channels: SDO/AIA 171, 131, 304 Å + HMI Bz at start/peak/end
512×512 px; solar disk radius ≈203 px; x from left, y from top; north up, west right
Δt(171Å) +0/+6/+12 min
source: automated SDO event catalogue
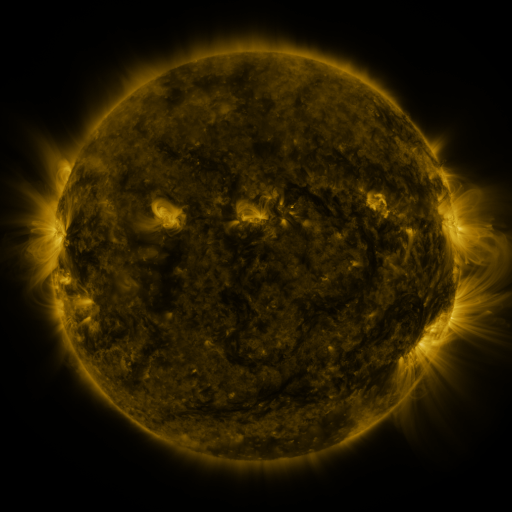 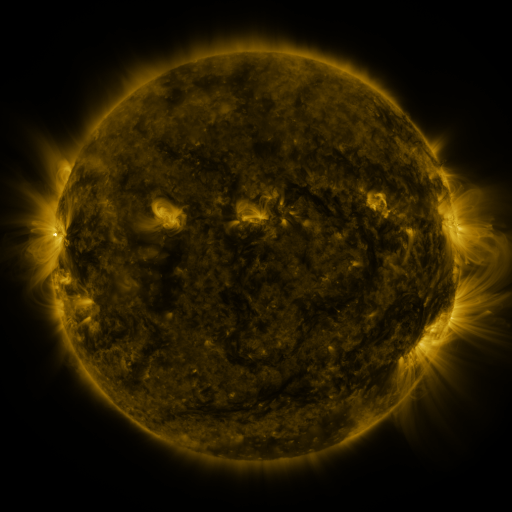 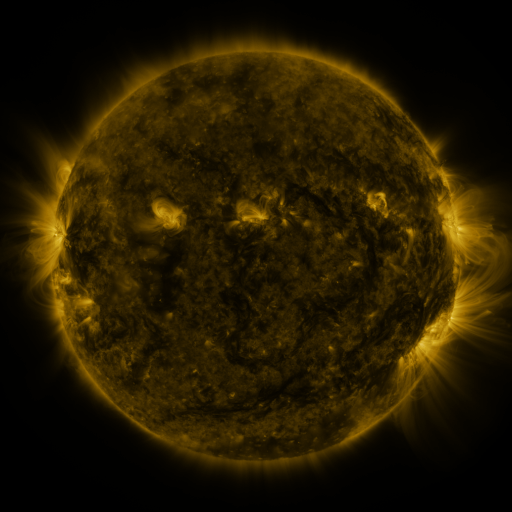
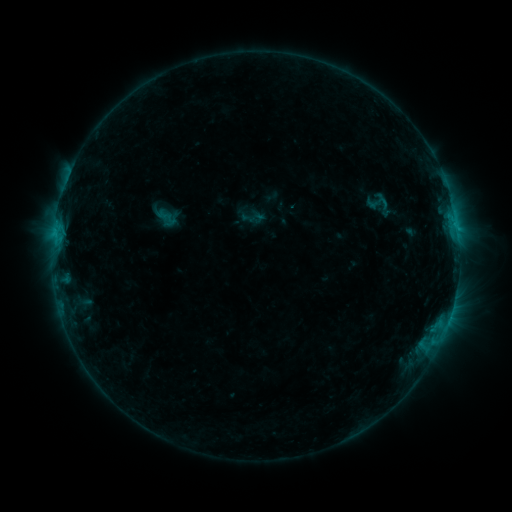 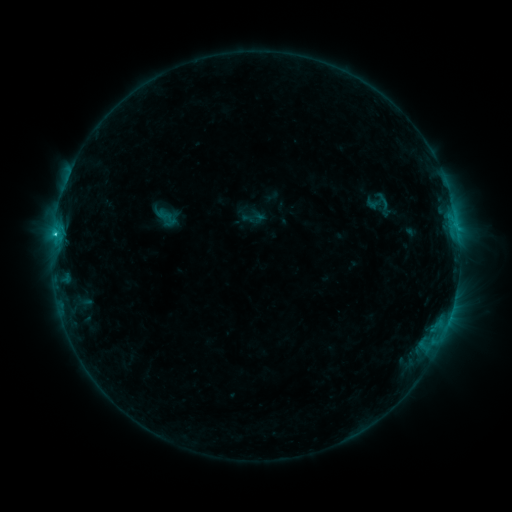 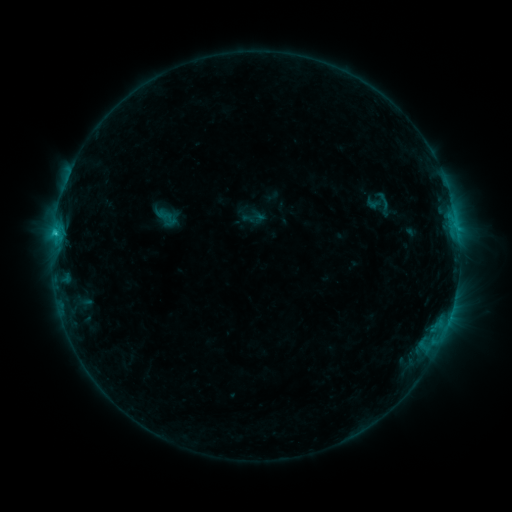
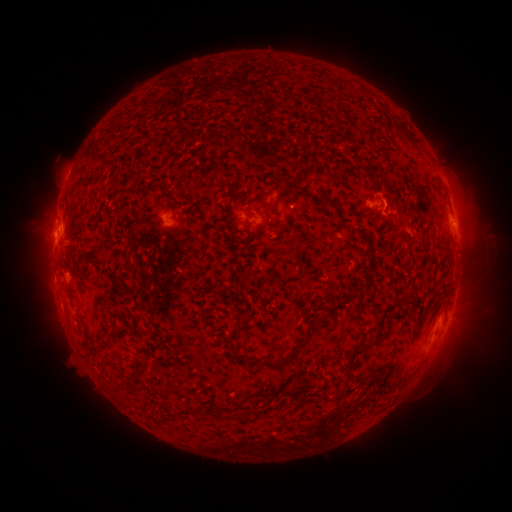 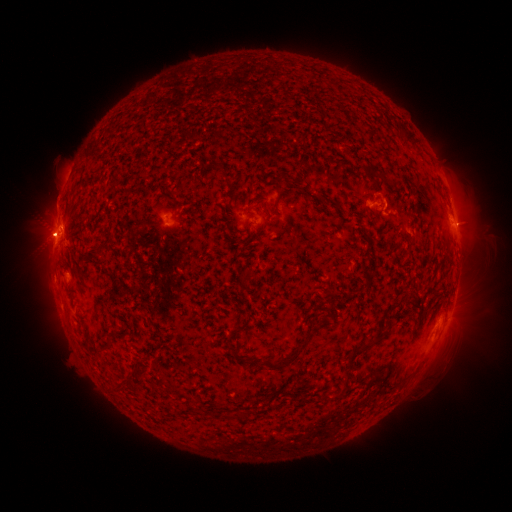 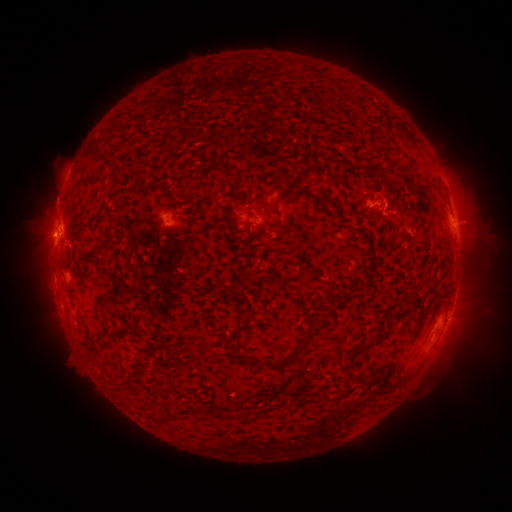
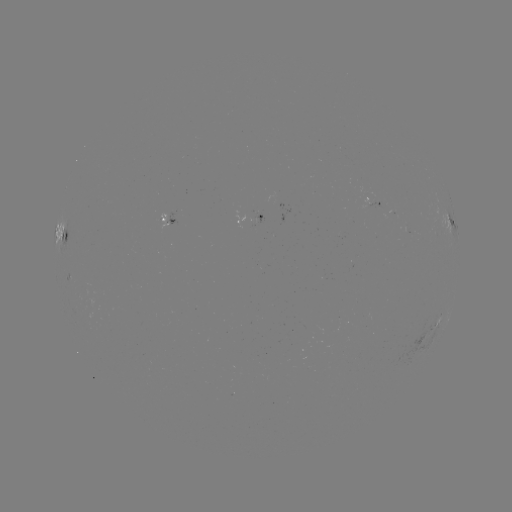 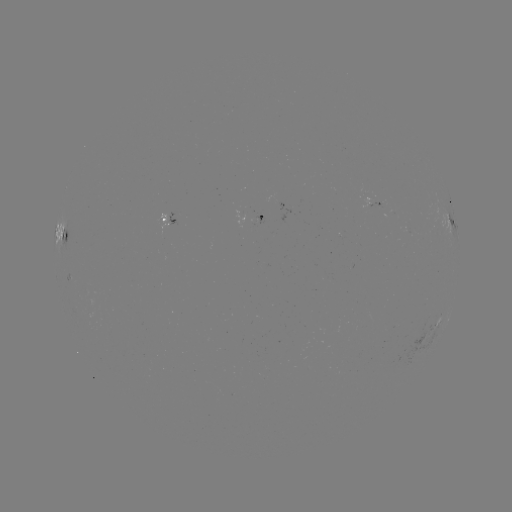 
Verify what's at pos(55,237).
C1.1 flare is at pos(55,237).